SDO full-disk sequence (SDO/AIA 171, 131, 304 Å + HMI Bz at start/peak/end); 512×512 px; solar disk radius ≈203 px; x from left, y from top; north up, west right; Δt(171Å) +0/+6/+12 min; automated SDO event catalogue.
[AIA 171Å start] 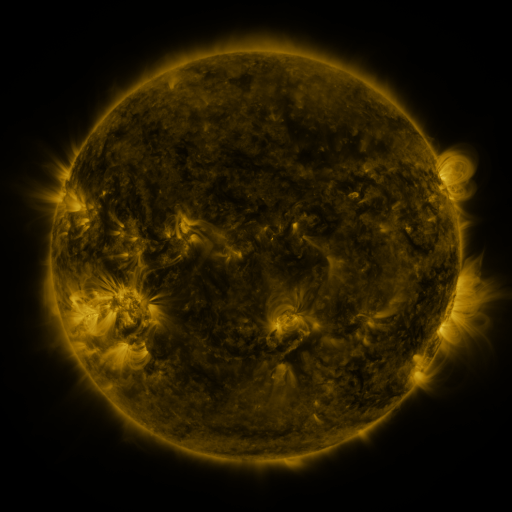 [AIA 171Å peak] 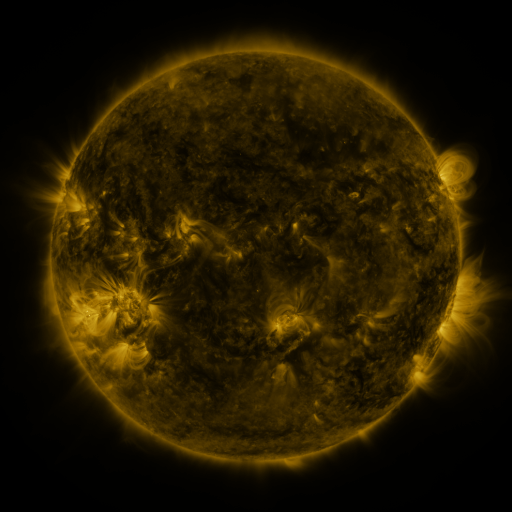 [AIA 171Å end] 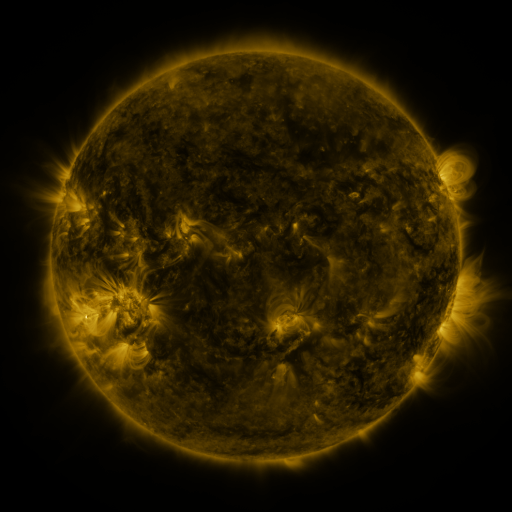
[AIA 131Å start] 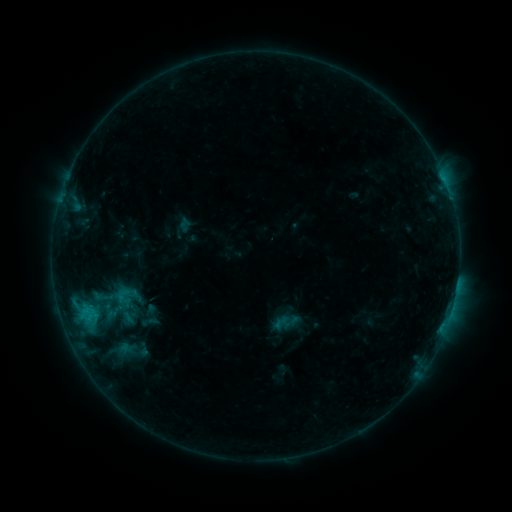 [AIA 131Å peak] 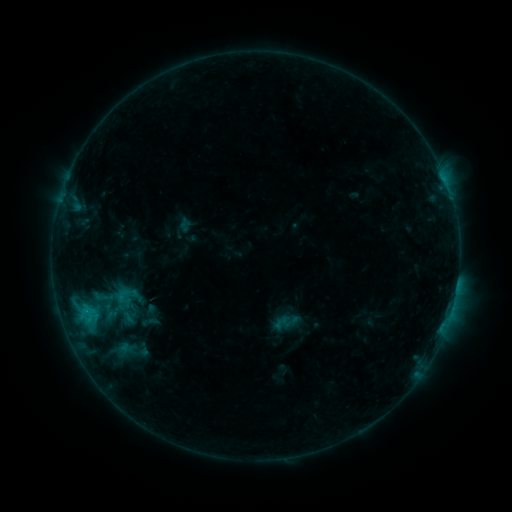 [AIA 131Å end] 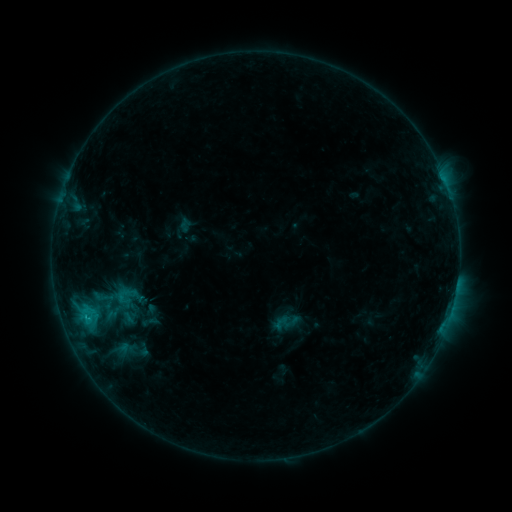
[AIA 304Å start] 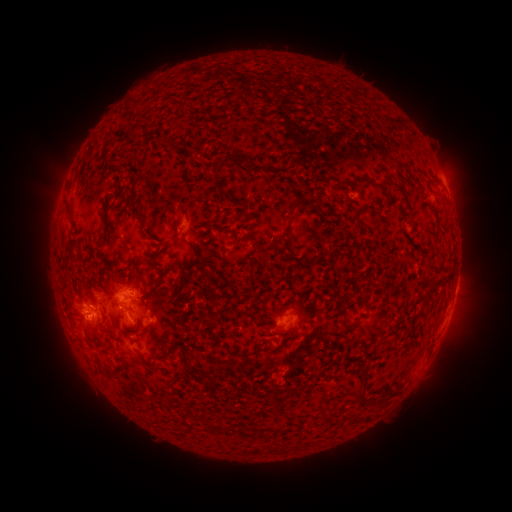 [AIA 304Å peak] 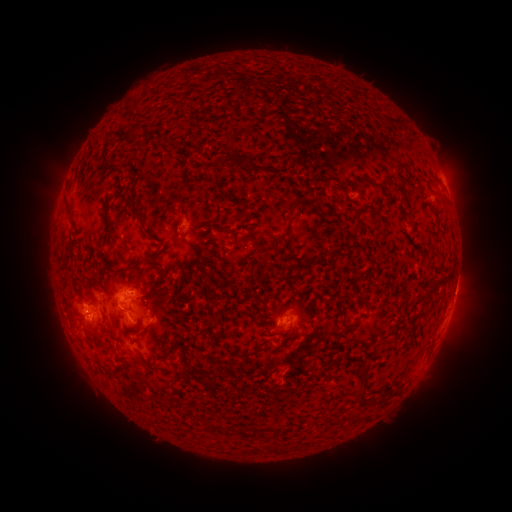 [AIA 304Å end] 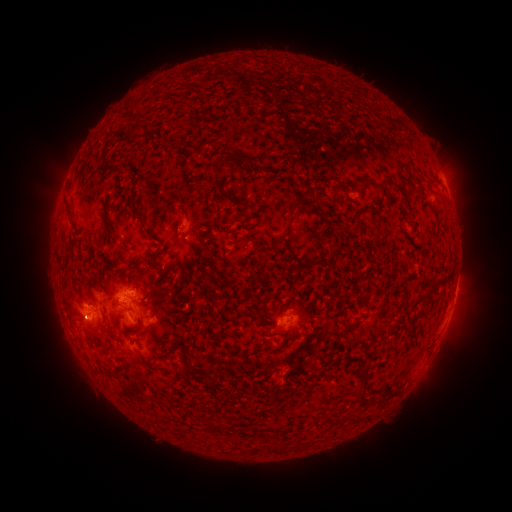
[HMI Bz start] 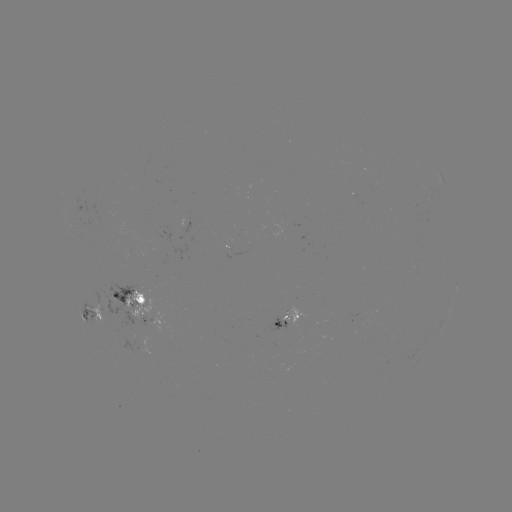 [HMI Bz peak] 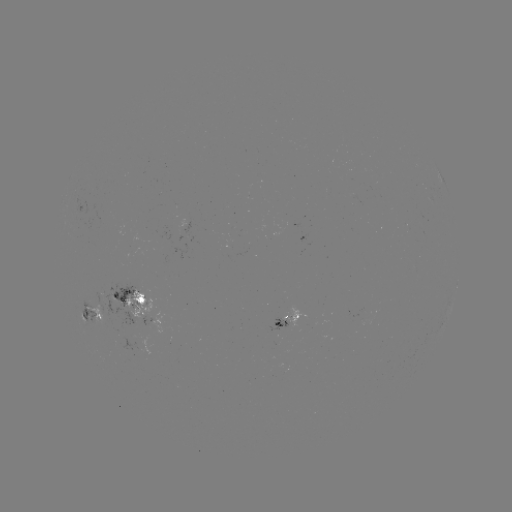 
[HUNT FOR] eruption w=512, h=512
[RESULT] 466,295